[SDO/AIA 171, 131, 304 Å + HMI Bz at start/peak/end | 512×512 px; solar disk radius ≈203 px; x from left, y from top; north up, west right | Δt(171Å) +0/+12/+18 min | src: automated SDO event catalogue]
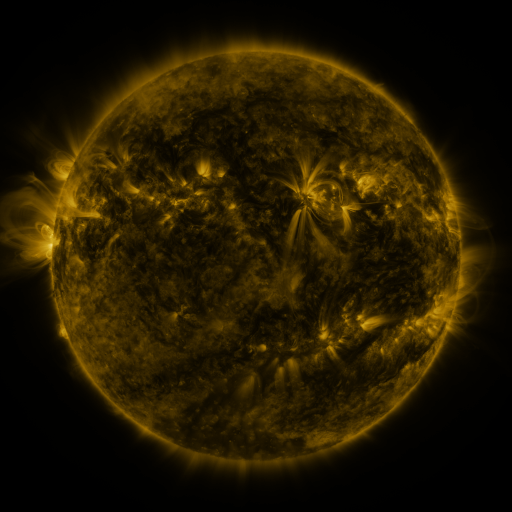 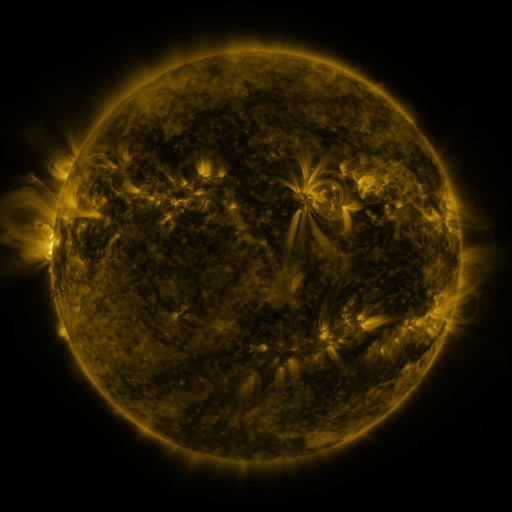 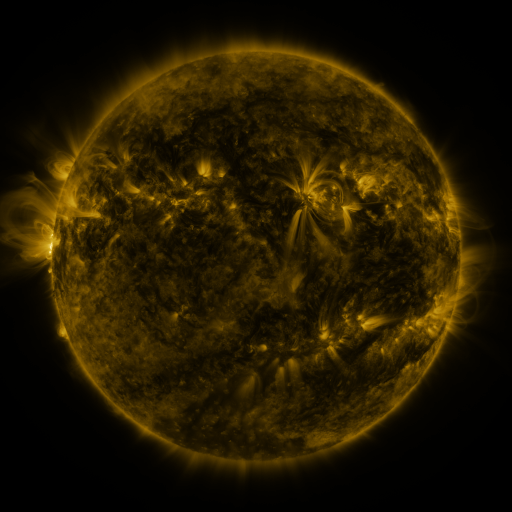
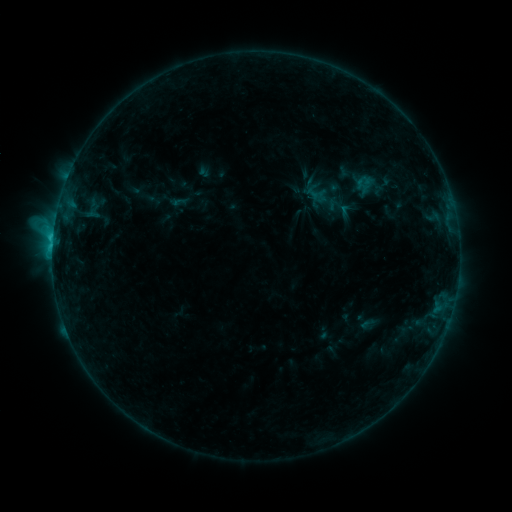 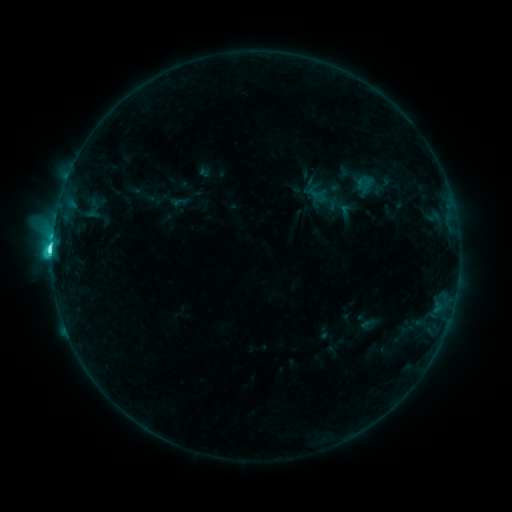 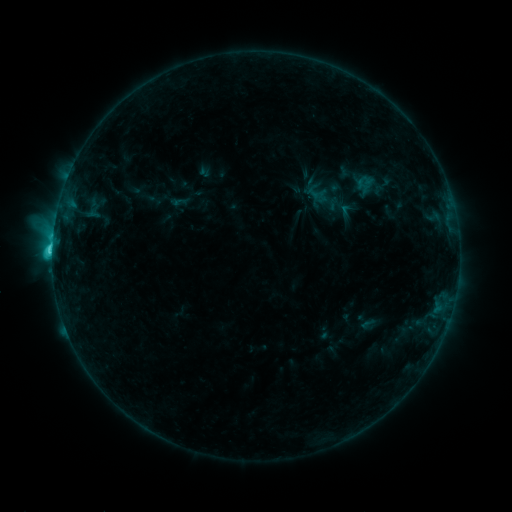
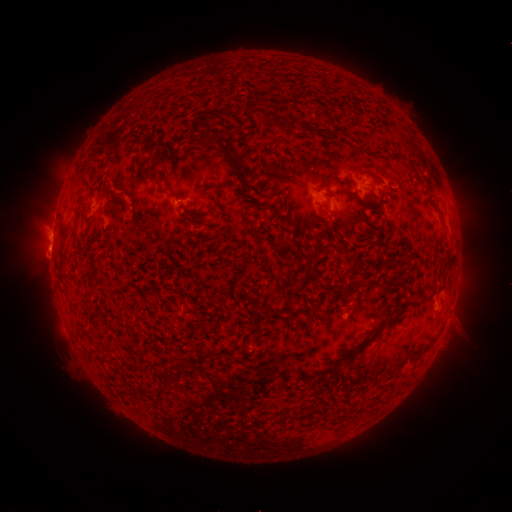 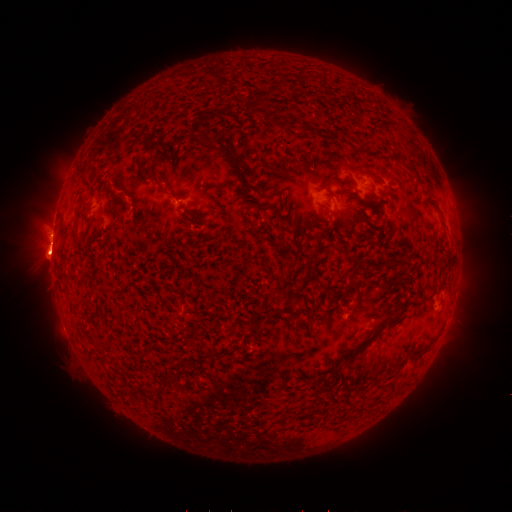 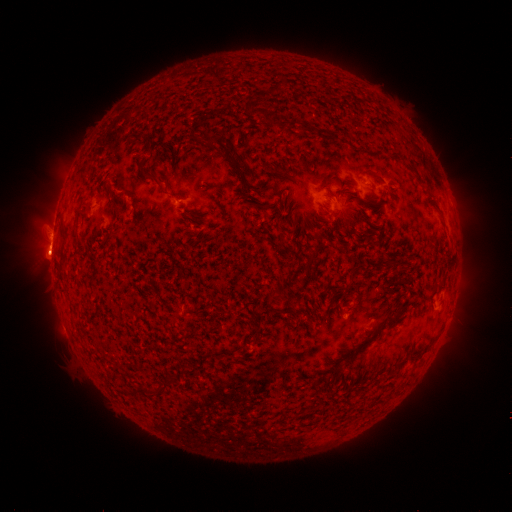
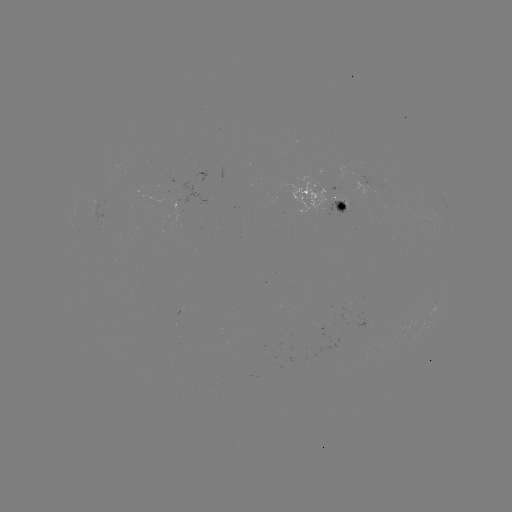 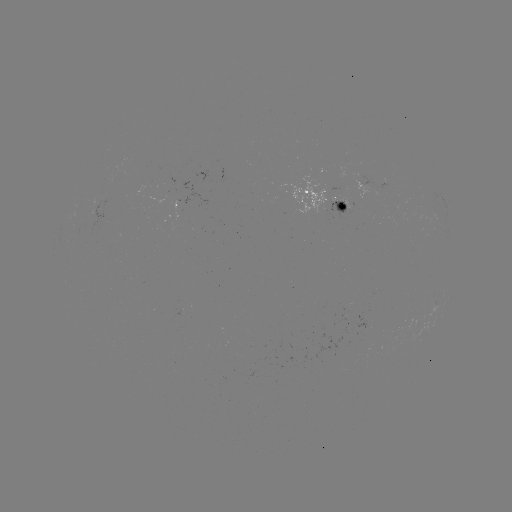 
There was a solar flare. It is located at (55, 251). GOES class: C5.4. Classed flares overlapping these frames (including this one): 1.